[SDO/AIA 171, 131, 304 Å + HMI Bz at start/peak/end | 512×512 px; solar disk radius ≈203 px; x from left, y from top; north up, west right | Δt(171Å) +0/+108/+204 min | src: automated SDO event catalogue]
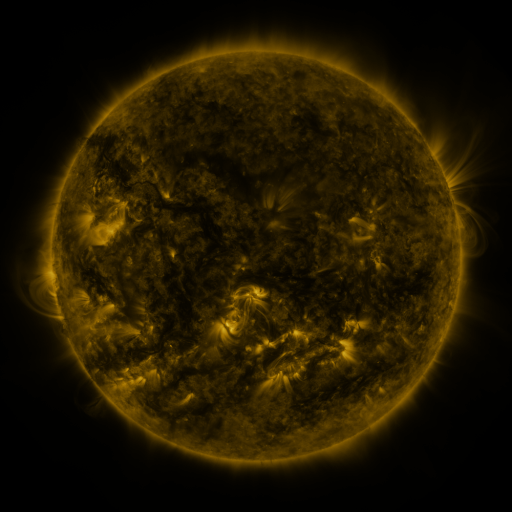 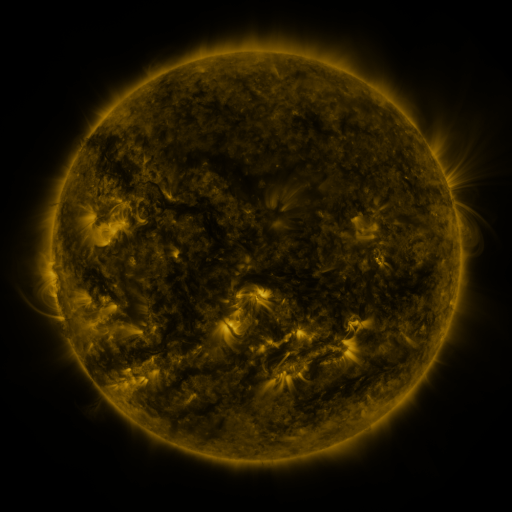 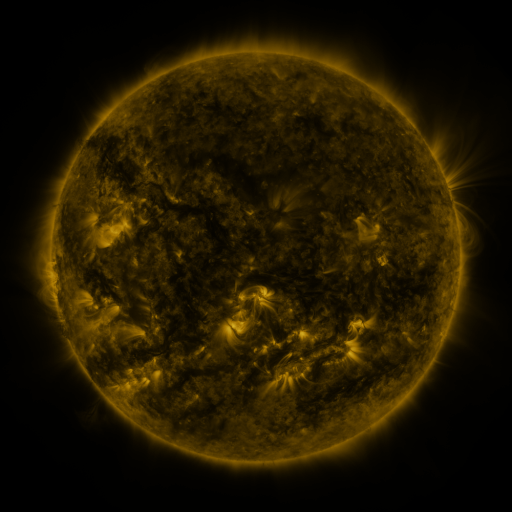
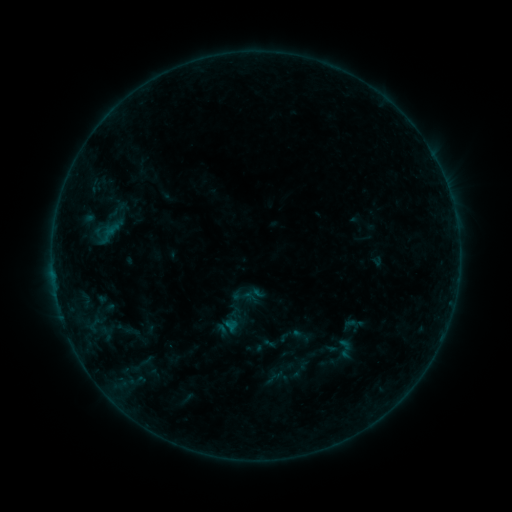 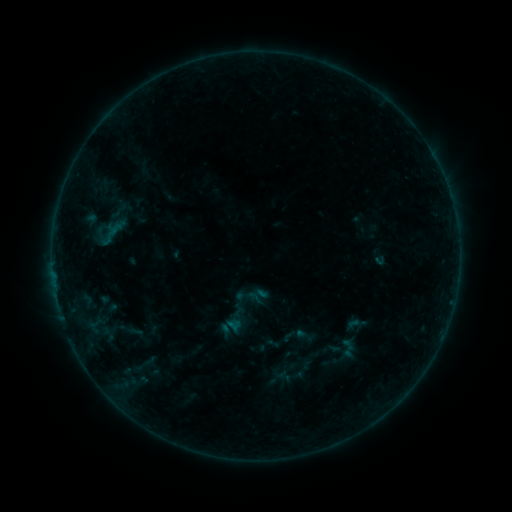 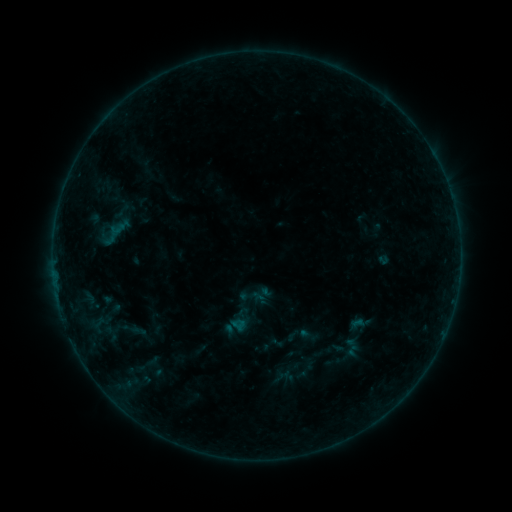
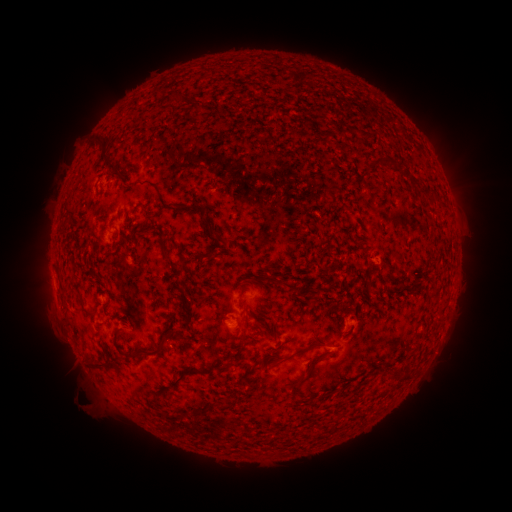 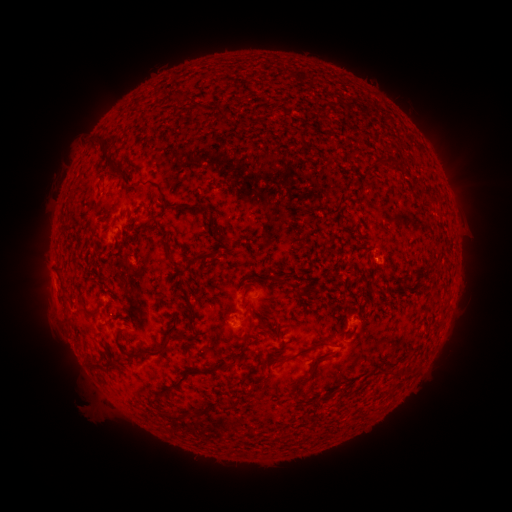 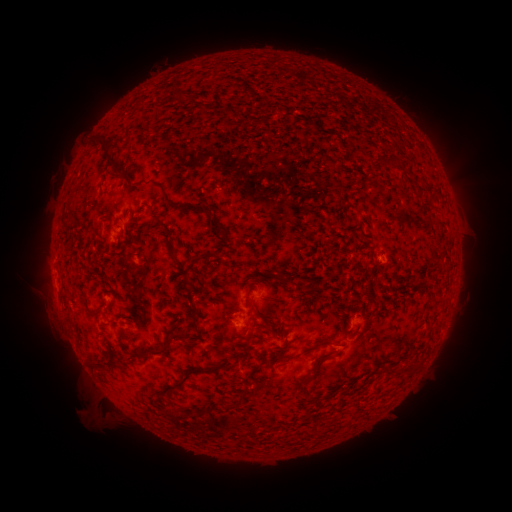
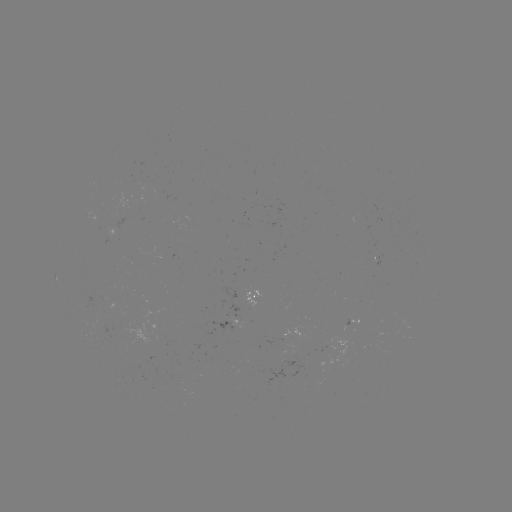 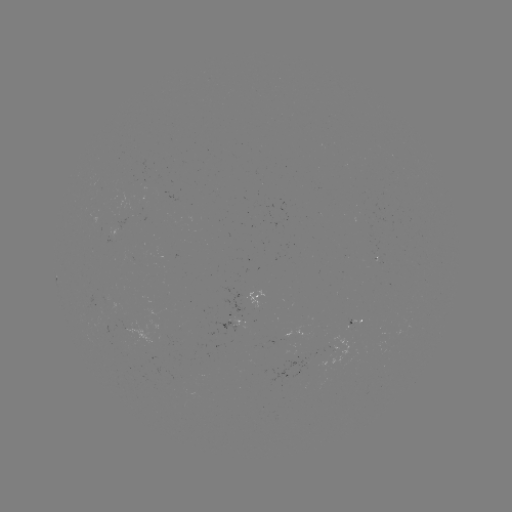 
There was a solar emerging-flux region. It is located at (351, 319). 